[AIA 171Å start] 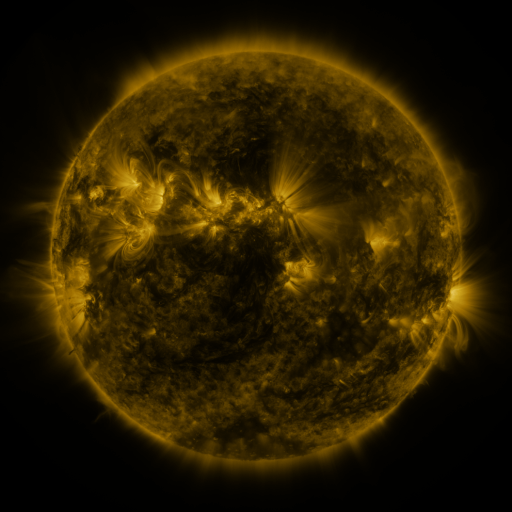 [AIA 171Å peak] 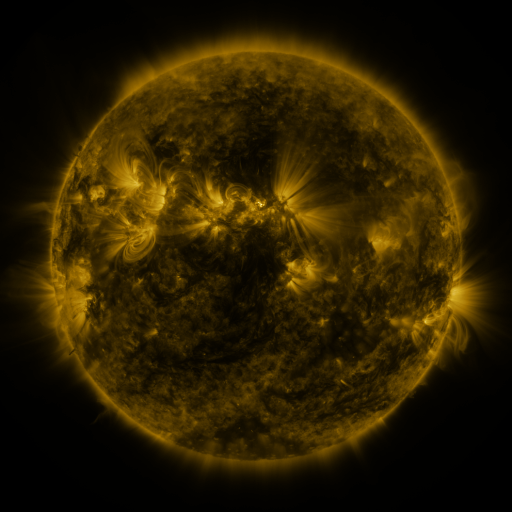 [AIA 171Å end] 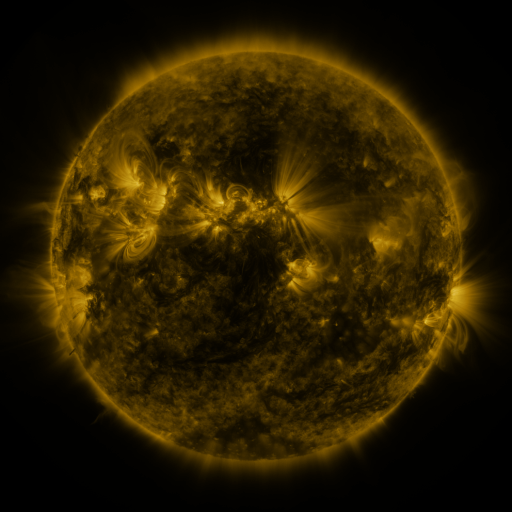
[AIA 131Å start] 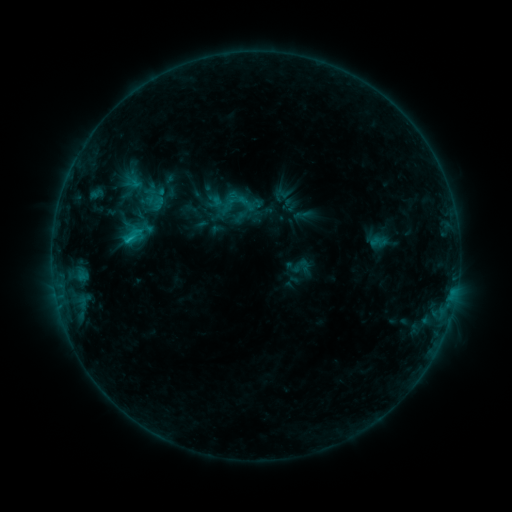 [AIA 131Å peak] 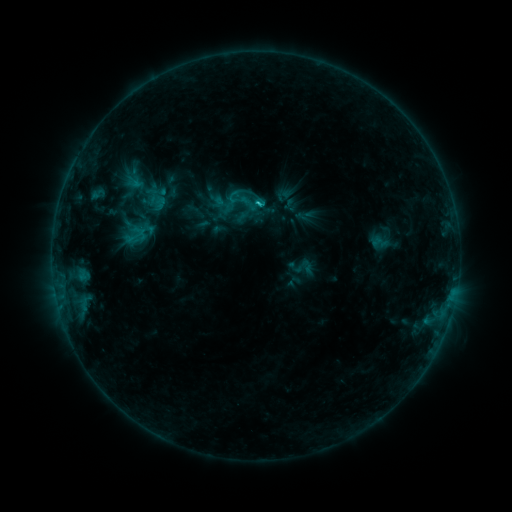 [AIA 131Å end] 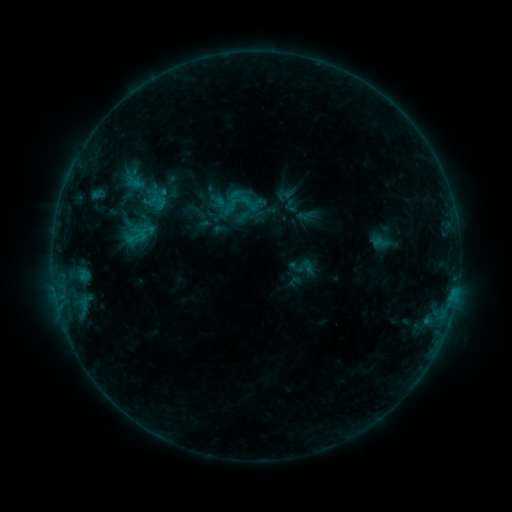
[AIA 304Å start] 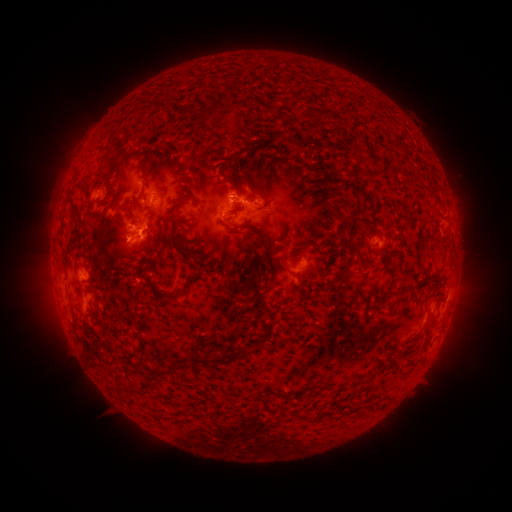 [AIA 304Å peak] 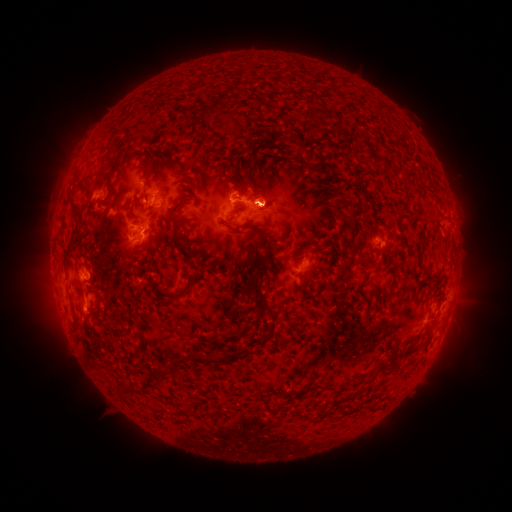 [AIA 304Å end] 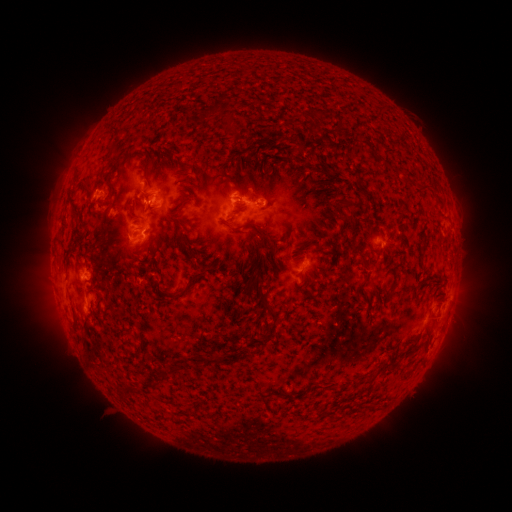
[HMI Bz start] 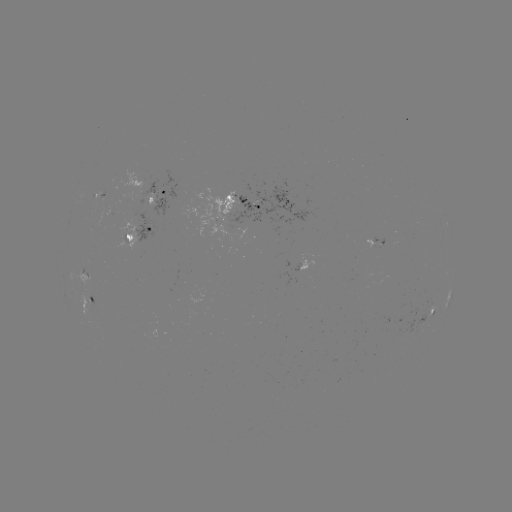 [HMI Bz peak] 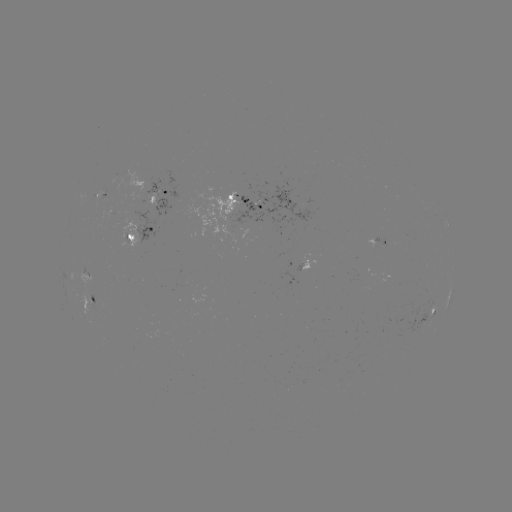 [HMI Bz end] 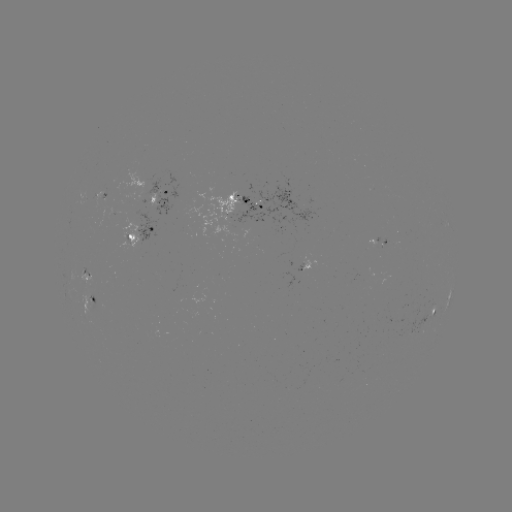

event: emerging-flux region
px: (235, 196)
